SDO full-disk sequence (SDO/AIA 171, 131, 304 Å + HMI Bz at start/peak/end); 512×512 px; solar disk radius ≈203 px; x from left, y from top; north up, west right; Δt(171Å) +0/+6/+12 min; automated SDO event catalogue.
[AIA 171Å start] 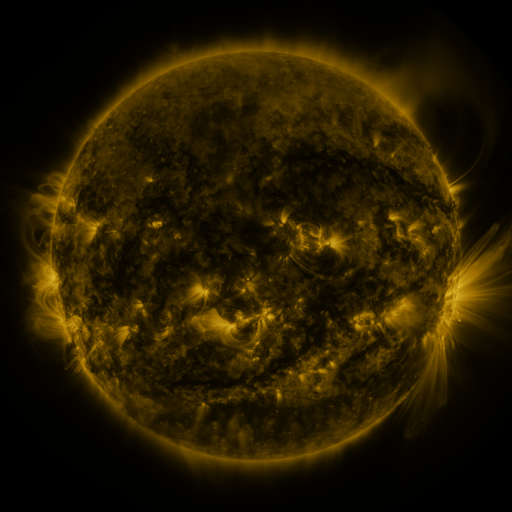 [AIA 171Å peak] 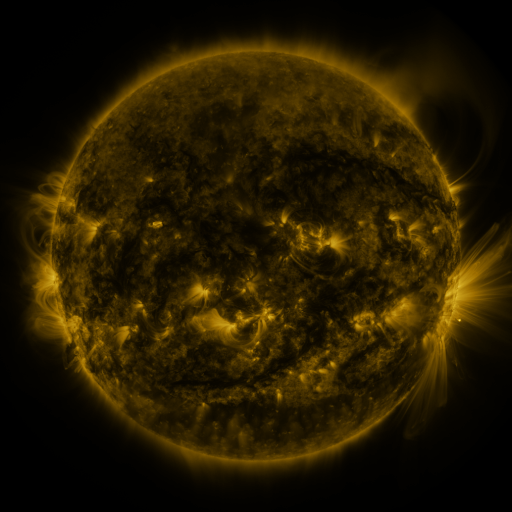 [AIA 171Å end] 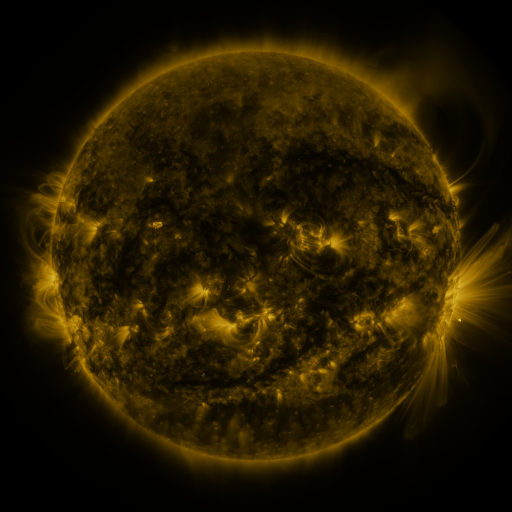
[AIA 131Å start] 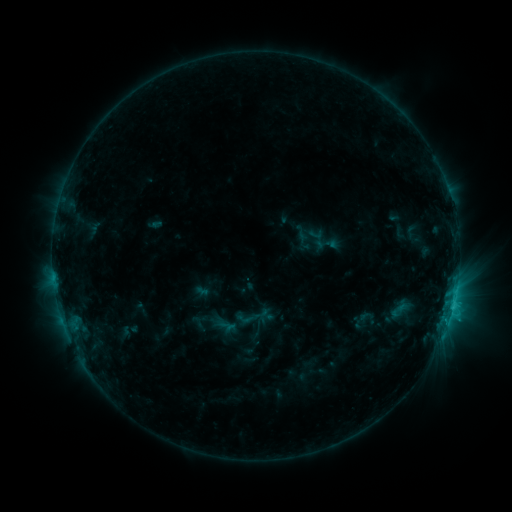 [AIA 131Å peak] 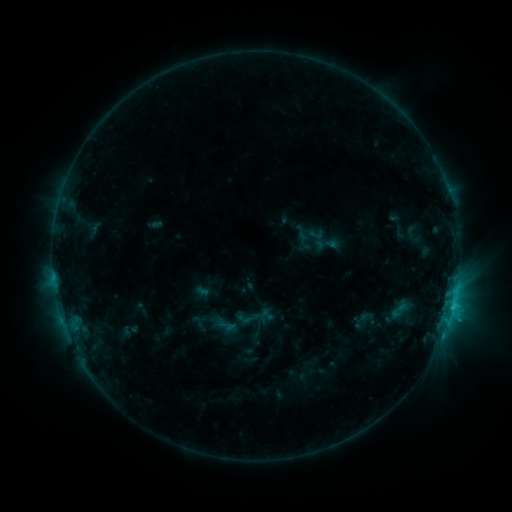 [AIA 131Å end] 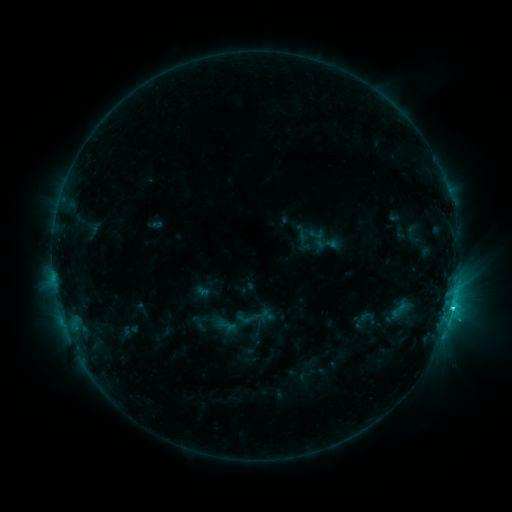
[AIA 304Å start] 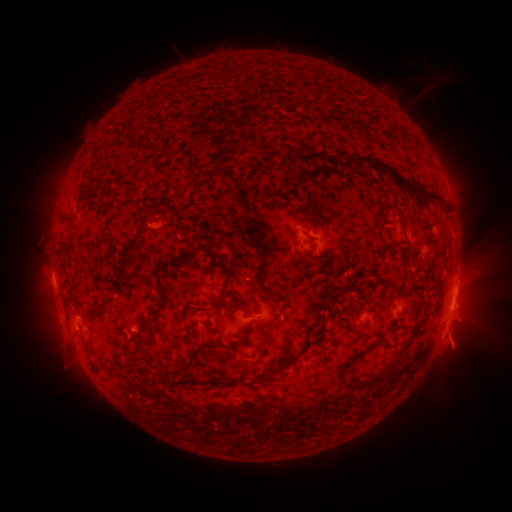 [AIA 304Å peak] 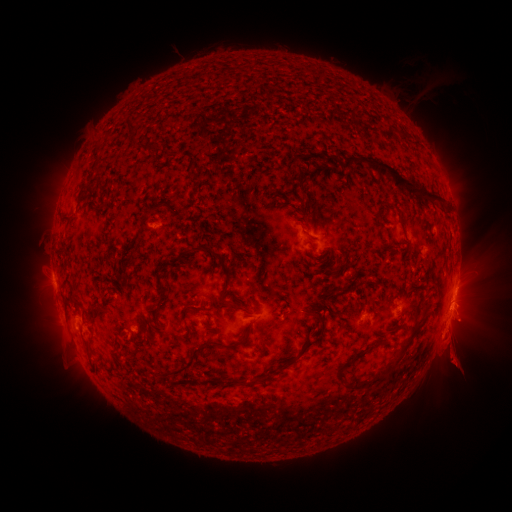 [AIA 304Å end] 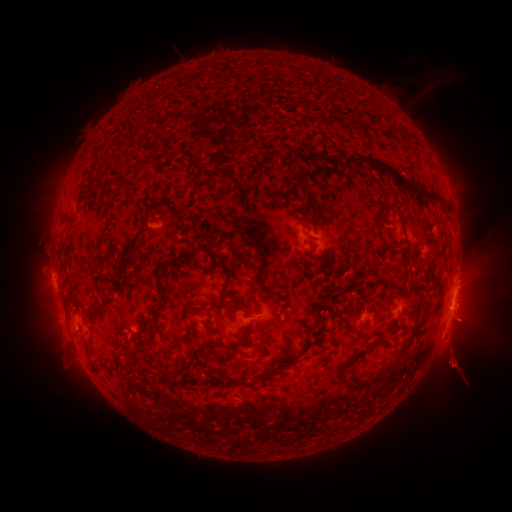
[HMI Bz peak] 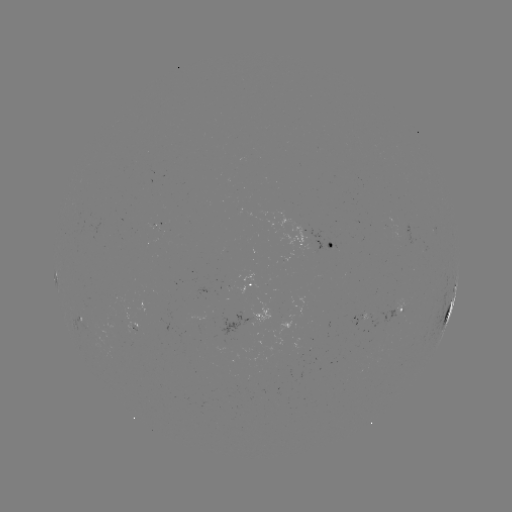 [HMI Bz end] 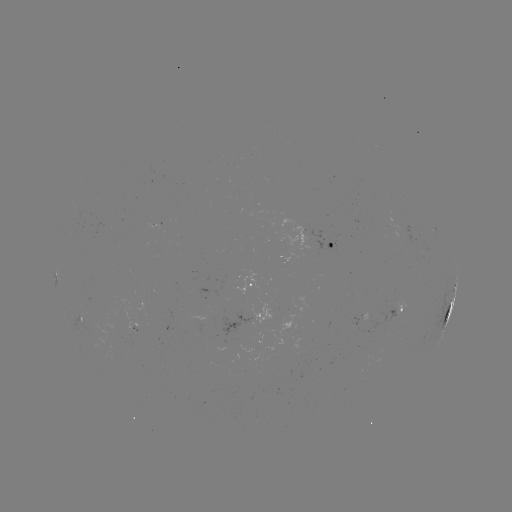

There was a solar flare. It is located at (452, 306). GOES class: C2.7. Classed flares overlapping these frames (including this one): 1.